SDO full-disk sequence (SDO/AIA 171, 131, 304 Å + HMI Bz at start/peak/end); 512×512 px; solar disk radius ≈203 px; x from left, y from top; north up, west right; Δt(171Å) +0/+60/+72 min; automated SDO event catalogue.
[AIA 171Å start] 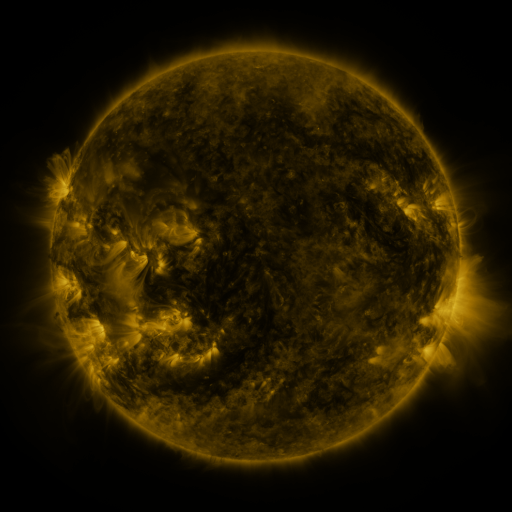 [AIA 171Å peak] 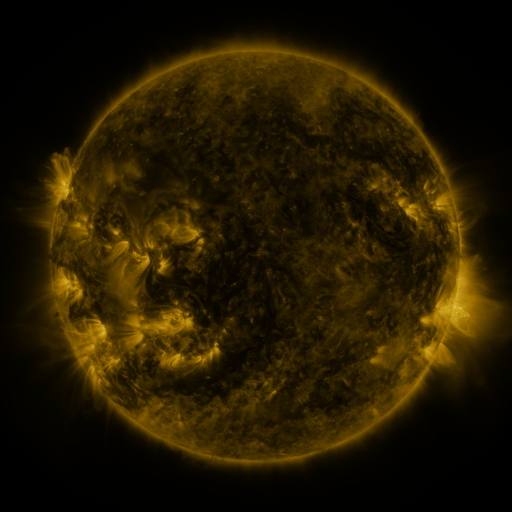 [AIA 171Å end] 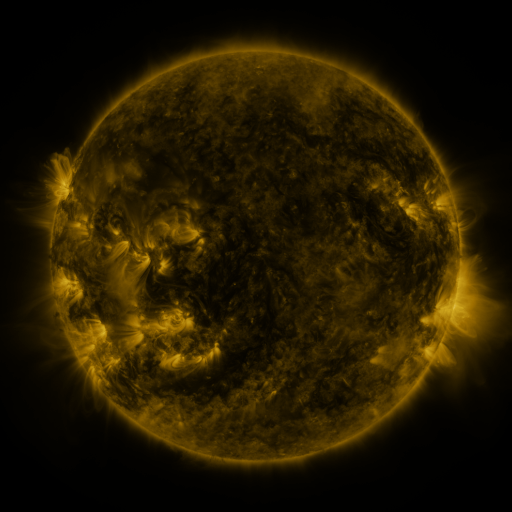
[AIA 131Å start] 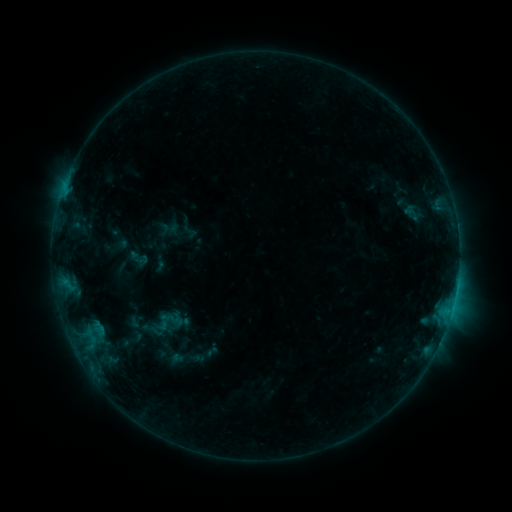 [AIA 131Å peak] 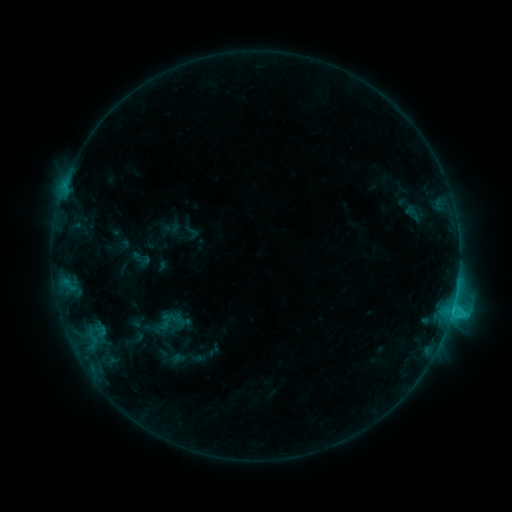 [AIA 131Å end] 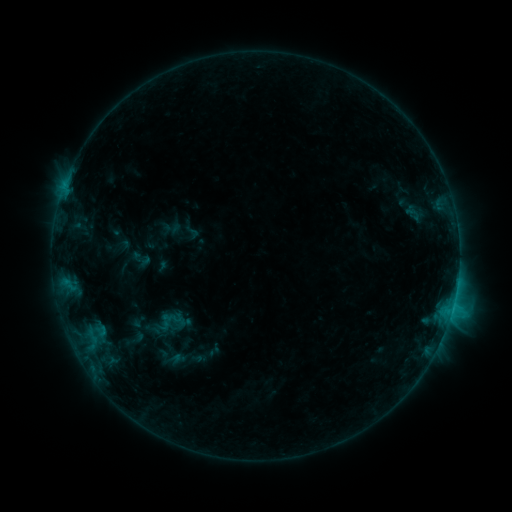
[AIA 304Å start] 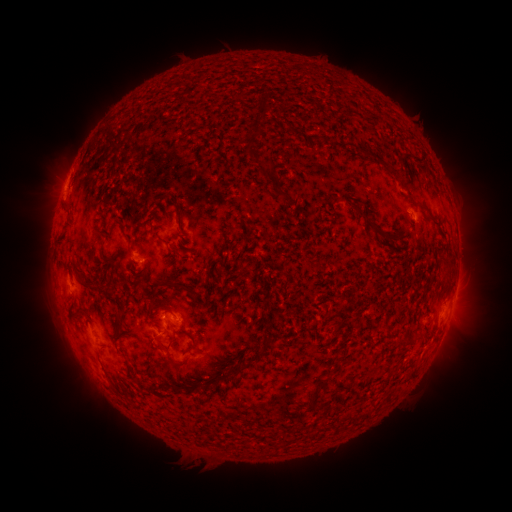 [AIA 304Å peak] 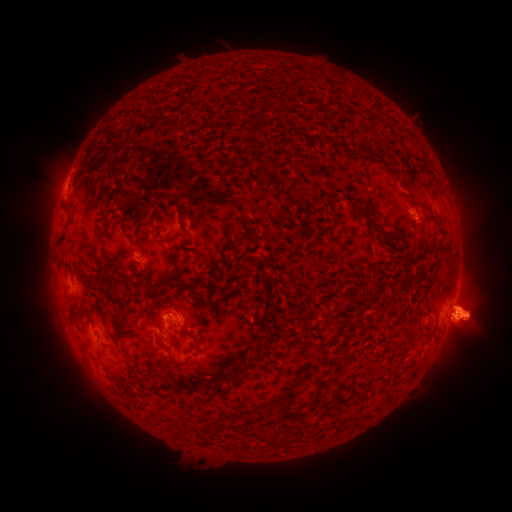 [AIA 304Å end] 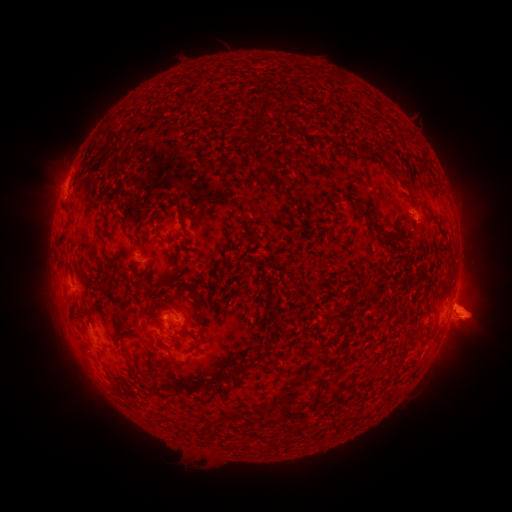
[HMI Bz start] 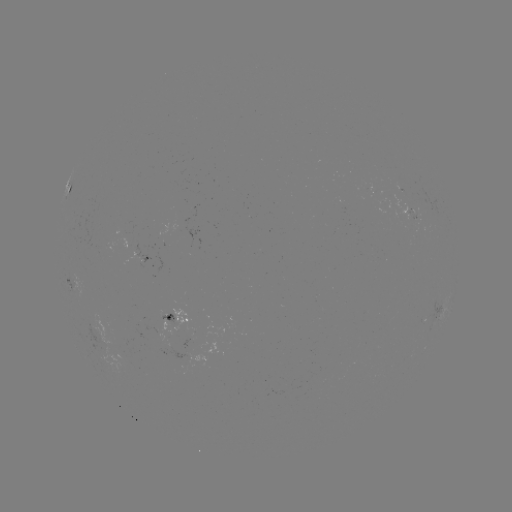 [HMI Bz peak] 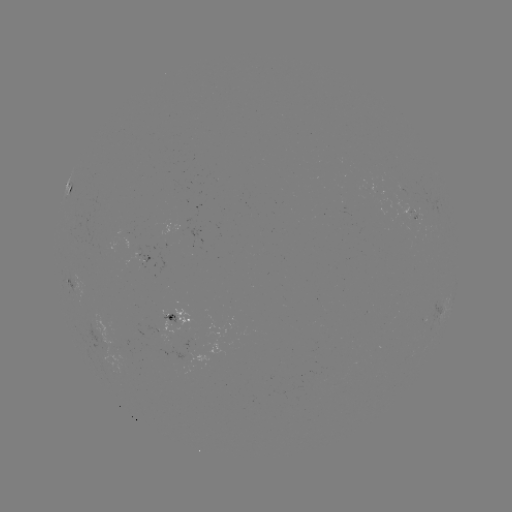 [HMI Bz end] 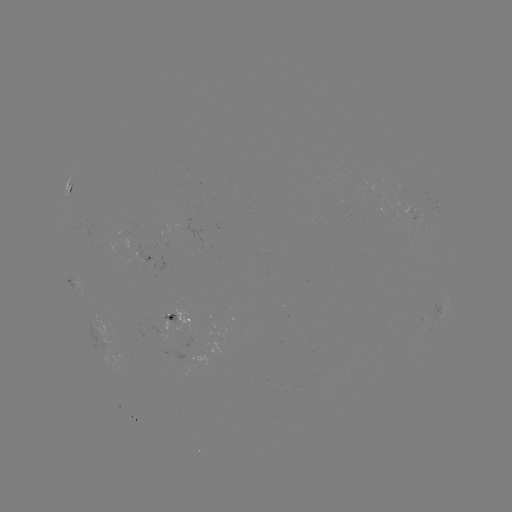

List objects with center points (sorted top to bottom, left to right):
emerging-flux region: (407, 213)
